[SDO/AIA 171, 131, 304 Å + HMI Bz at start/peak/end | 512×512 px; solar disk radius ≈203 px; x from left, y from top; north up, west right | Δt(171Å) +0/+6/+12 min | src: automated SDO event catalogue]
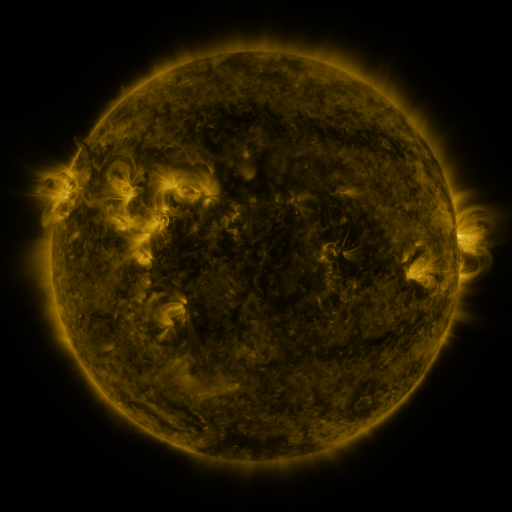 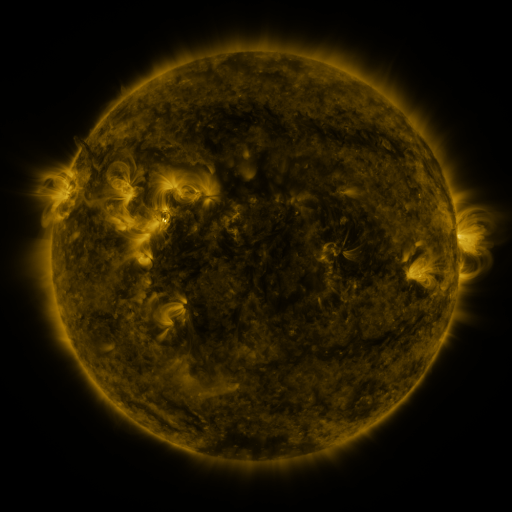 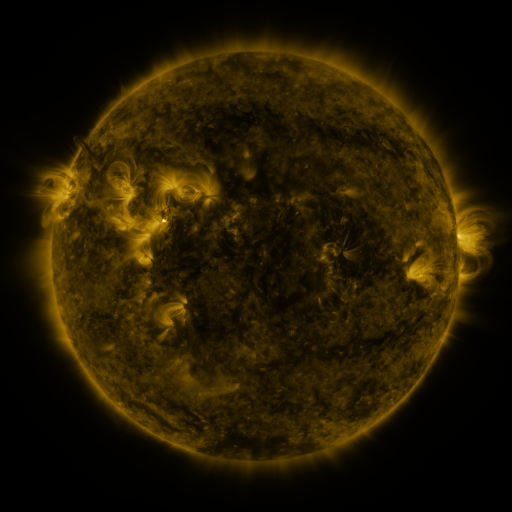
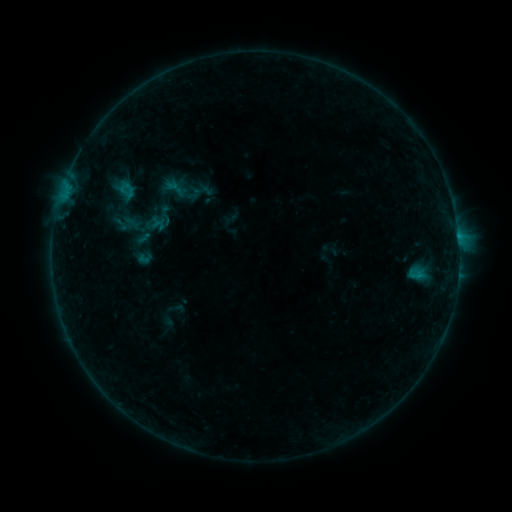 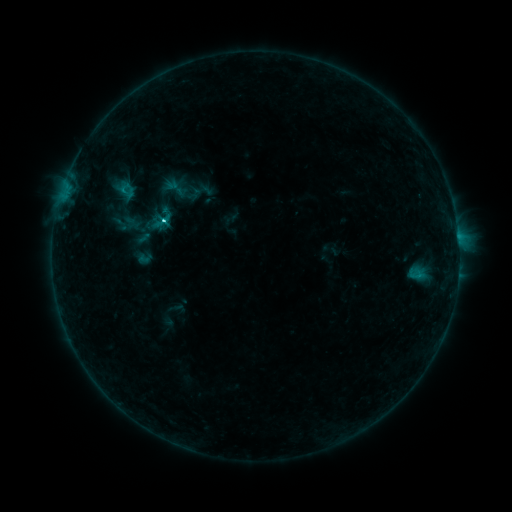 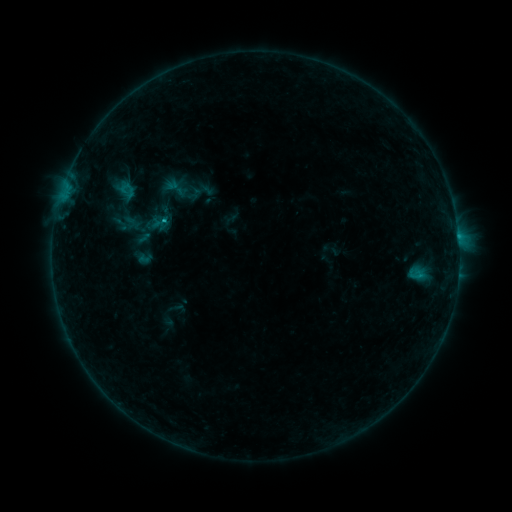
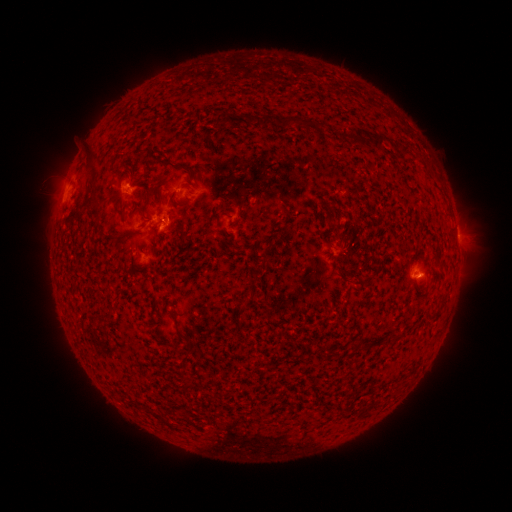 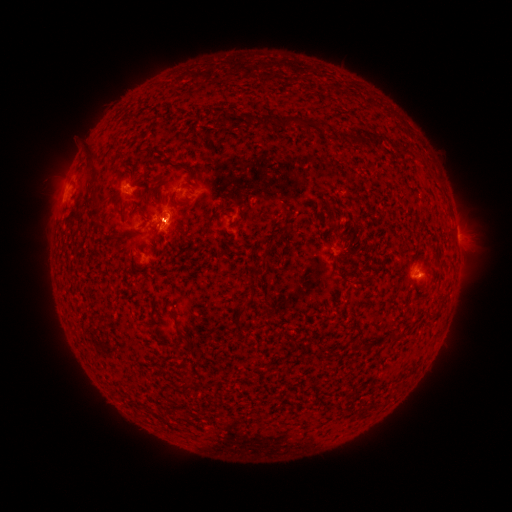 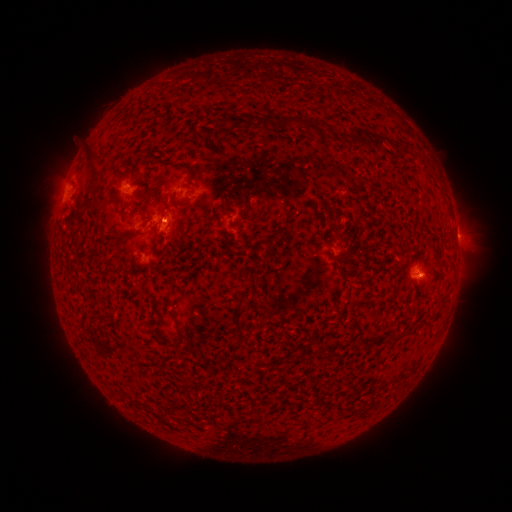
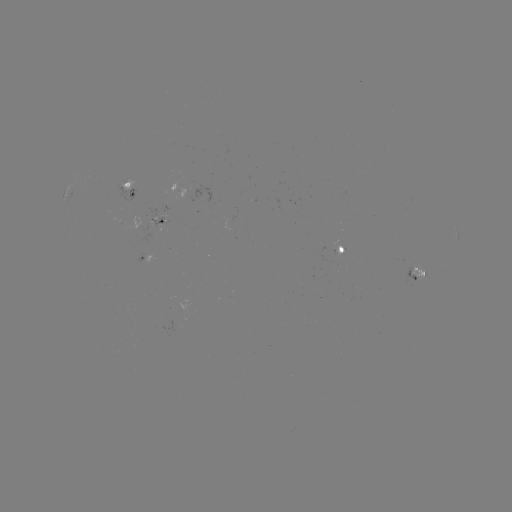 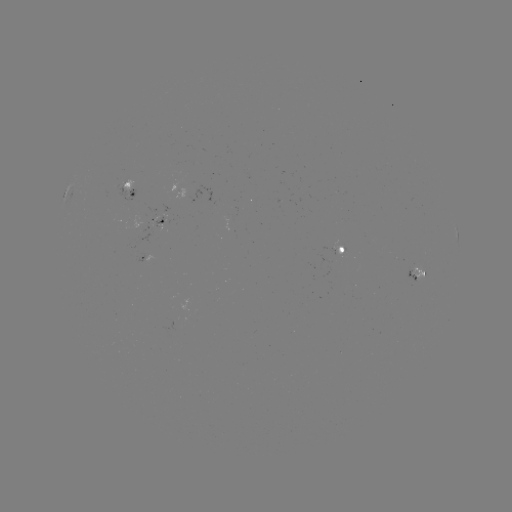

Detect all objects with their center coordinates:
C1.1 flare: (163, 224)
